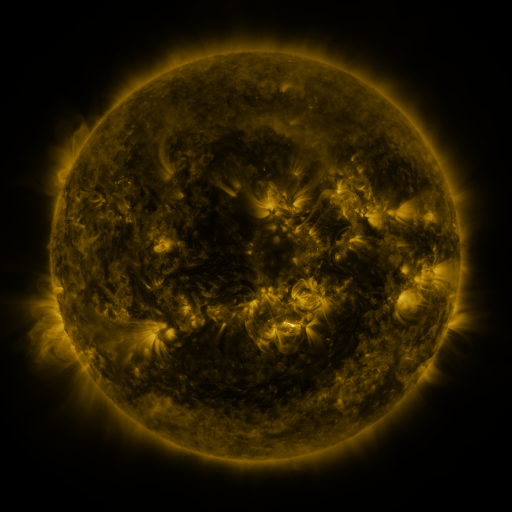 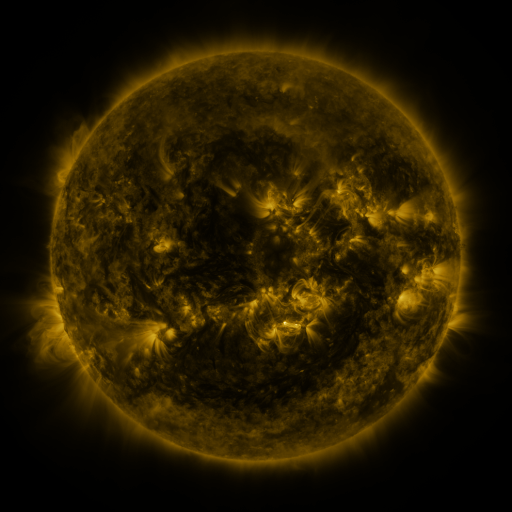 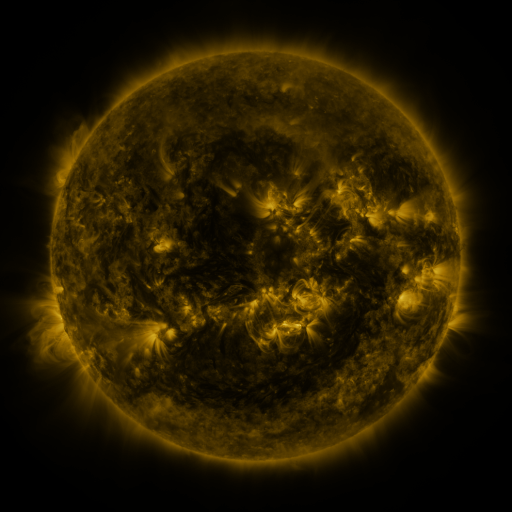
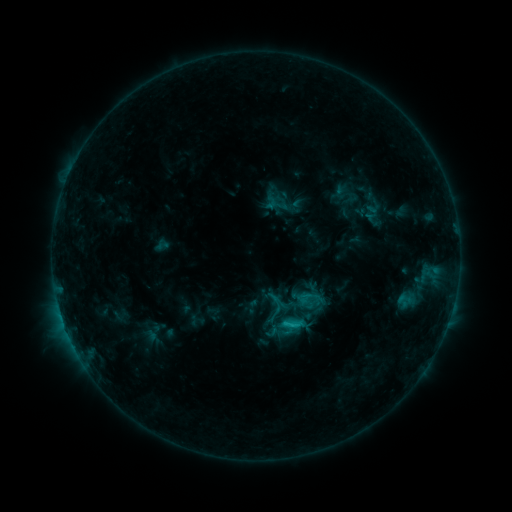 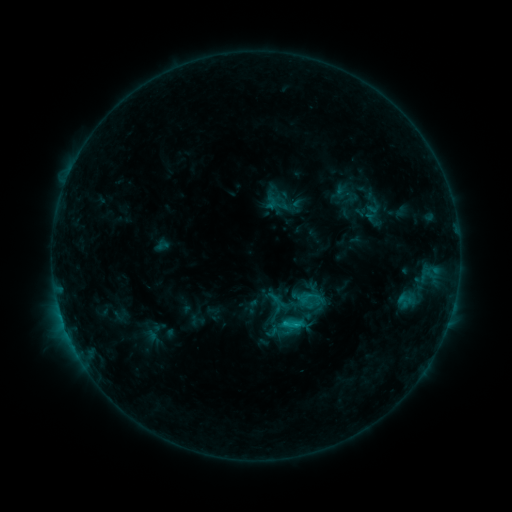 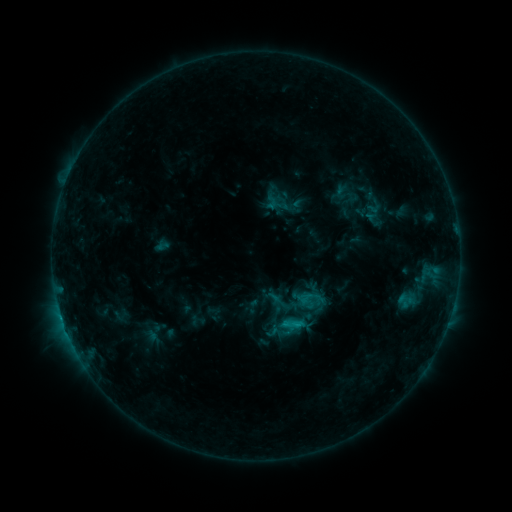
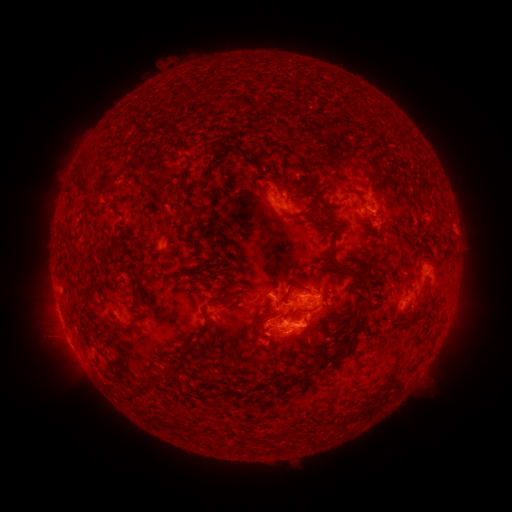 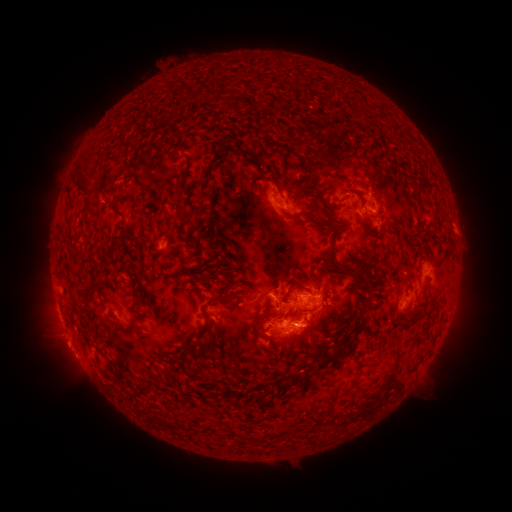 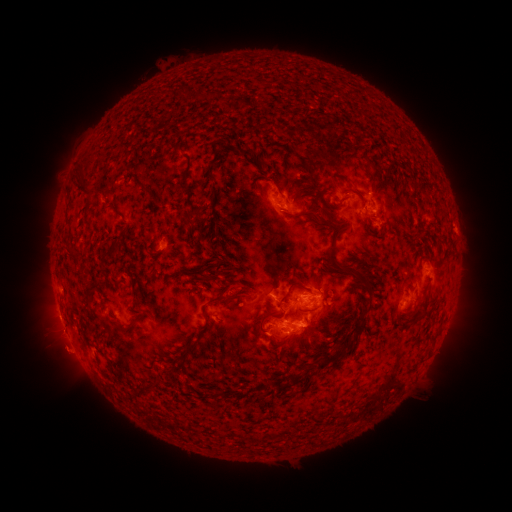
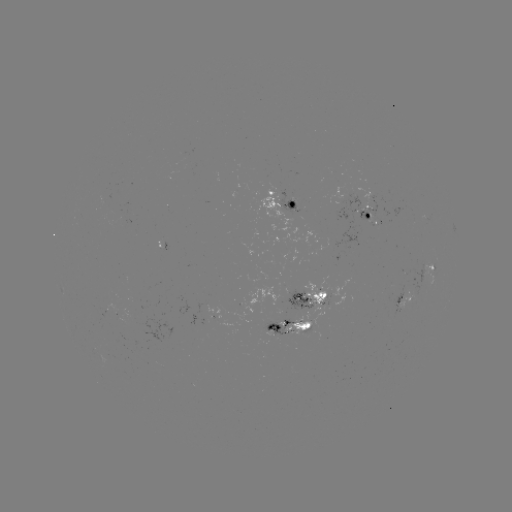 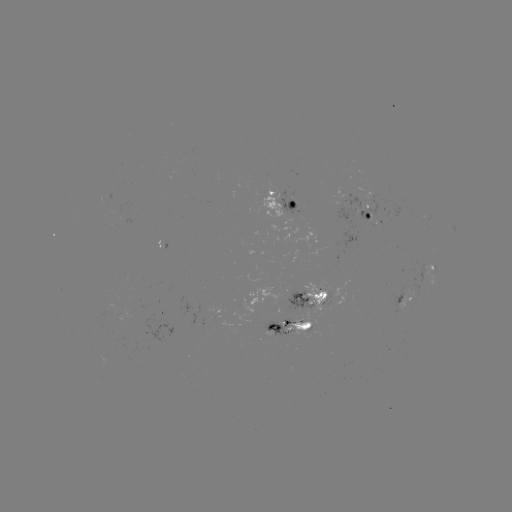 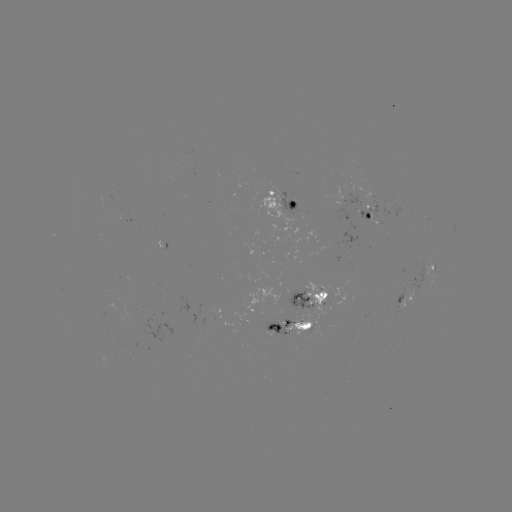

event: eruption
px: (67, 352)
